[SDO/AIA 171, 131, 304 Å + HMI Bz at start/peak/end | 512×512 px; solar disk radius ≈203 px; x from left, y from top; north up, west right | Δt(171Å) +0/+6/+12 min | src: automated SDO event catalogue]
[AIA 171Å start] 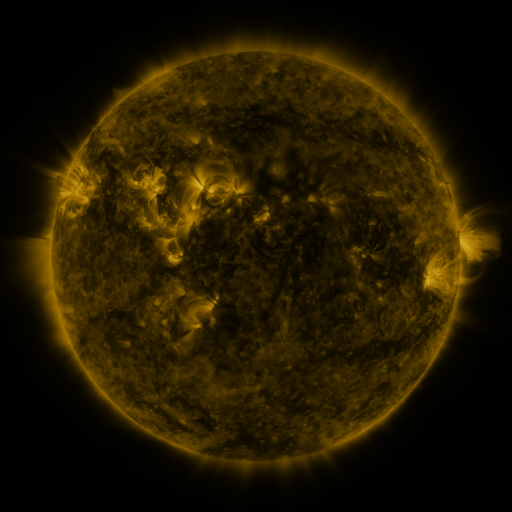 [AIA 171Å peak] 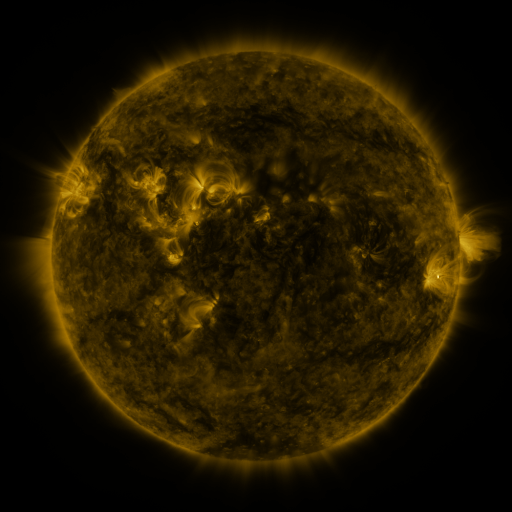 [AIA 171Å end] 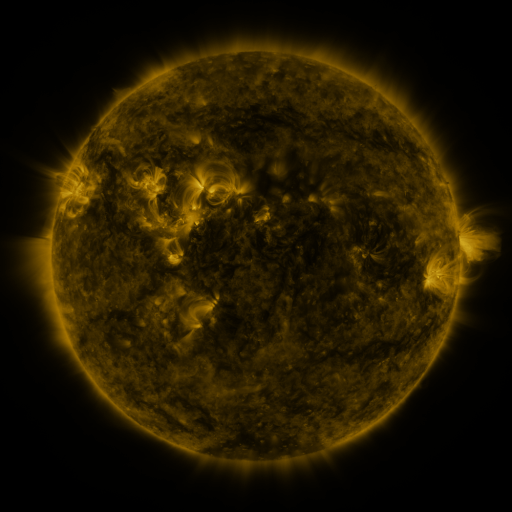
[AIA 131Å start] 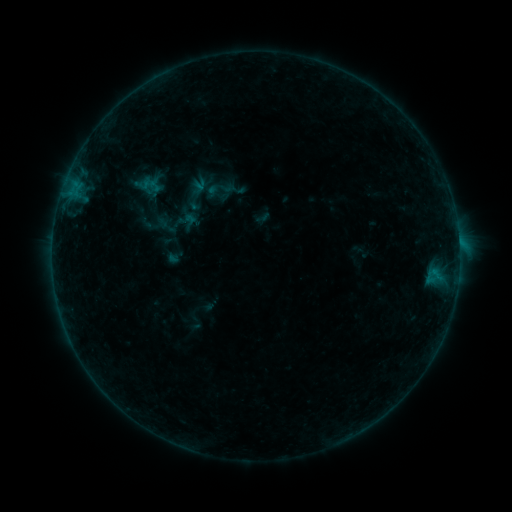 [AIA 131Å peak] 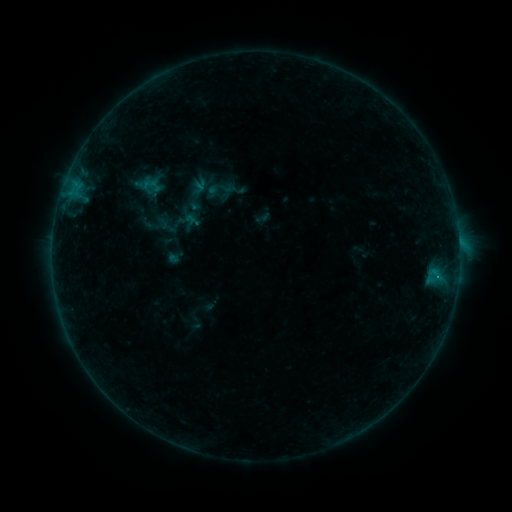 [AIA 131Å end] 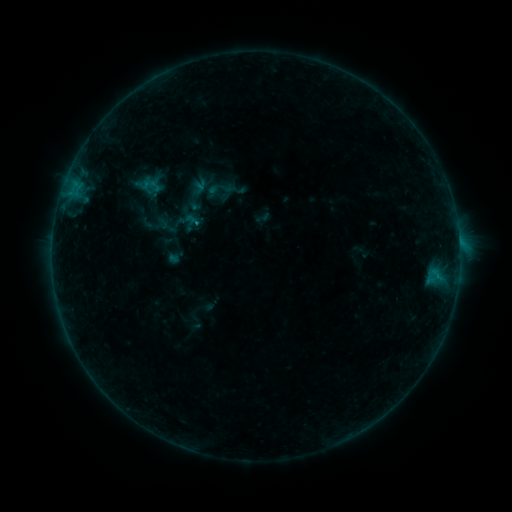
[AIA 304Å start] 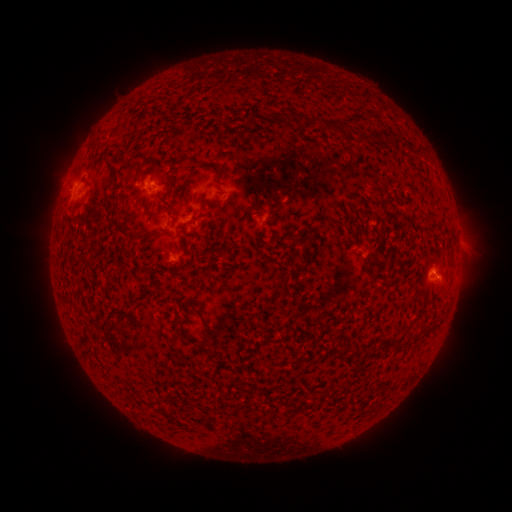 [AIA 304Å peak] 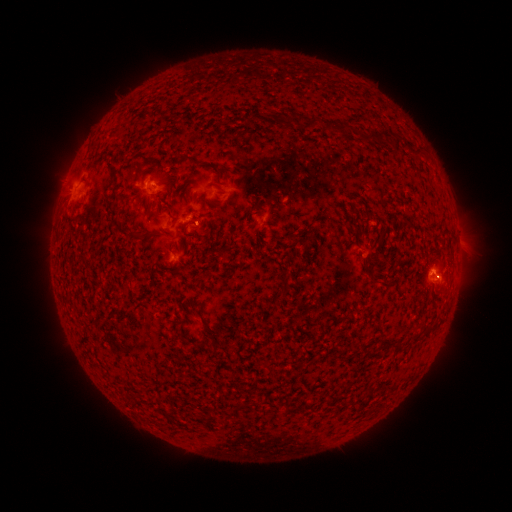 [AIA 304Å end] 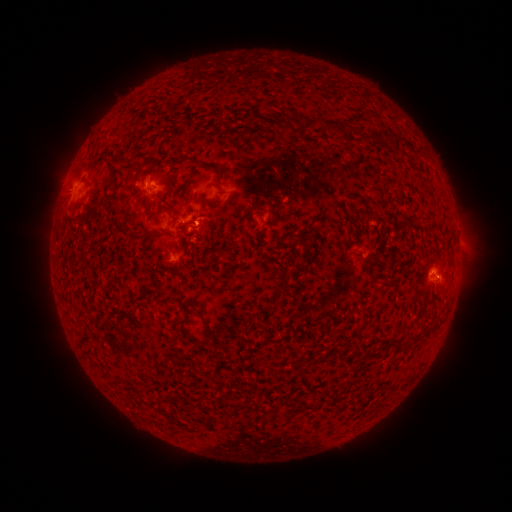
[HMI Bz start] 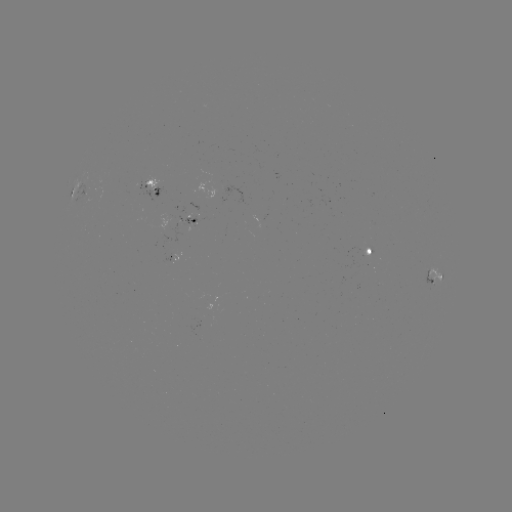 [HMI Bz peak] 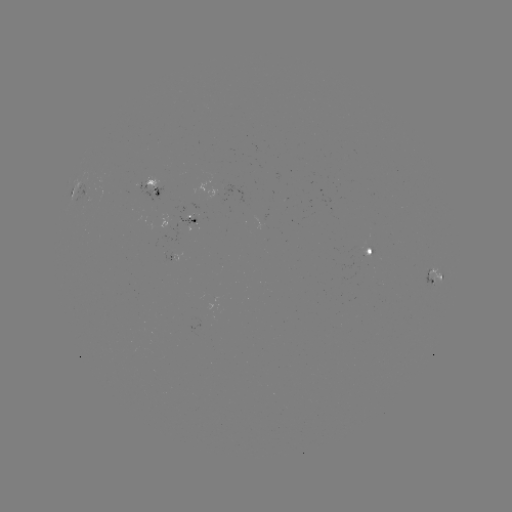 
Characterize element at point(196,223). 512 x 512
B5.6 flare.